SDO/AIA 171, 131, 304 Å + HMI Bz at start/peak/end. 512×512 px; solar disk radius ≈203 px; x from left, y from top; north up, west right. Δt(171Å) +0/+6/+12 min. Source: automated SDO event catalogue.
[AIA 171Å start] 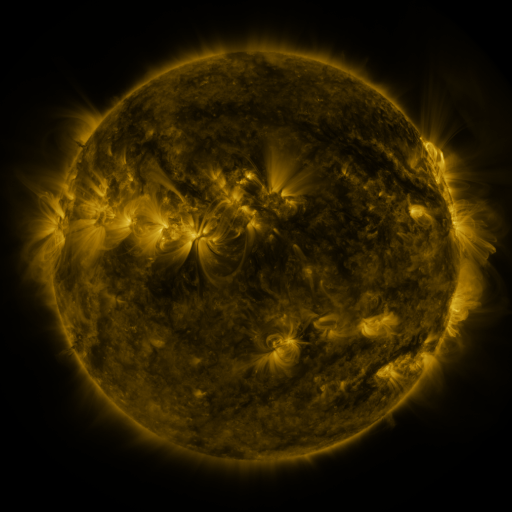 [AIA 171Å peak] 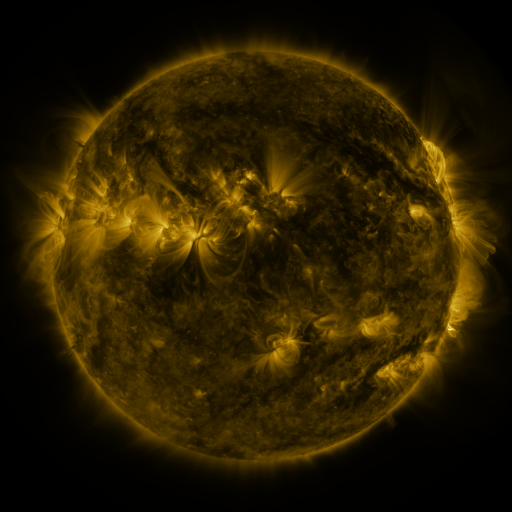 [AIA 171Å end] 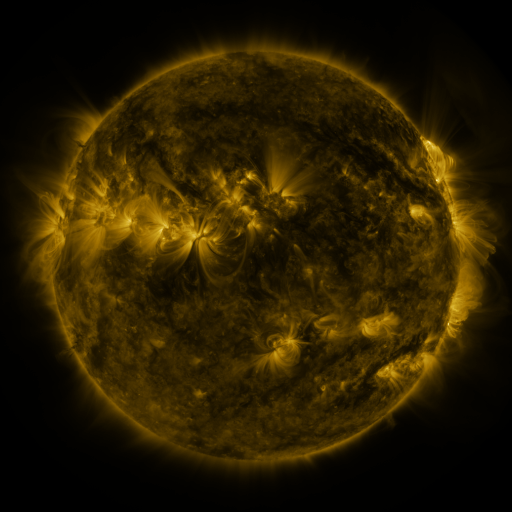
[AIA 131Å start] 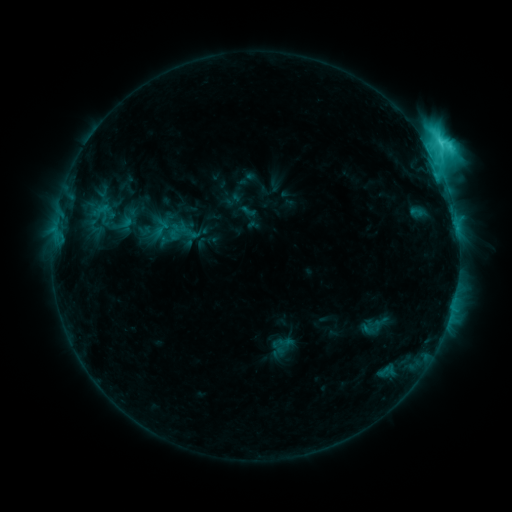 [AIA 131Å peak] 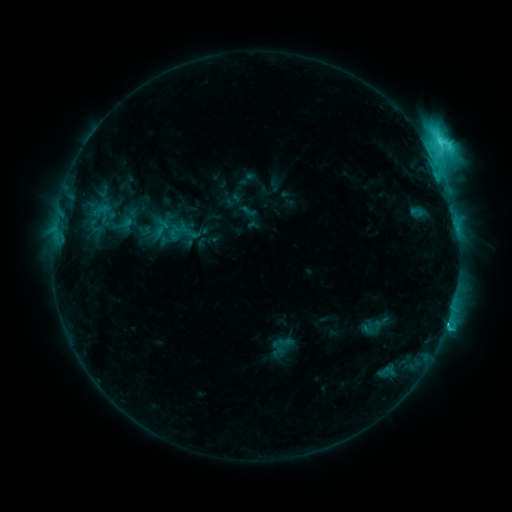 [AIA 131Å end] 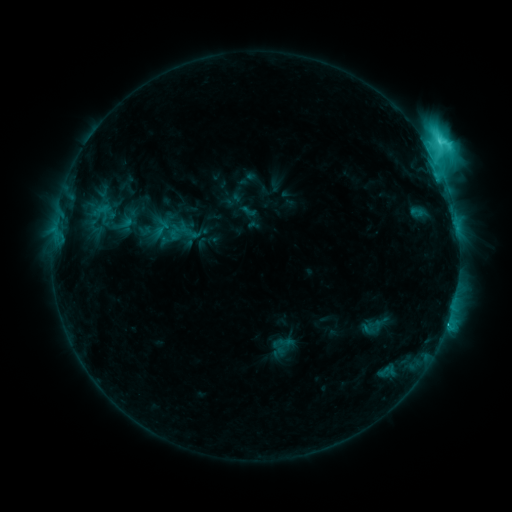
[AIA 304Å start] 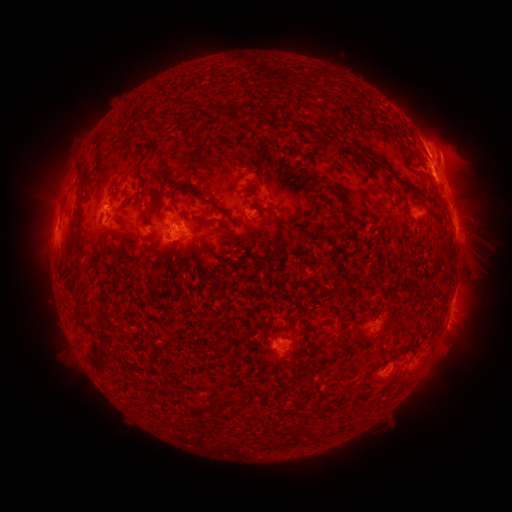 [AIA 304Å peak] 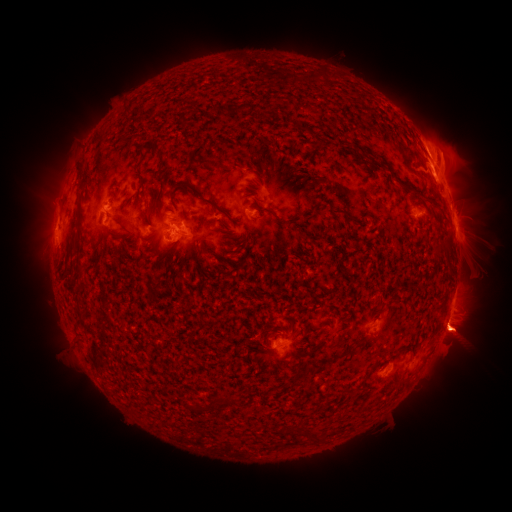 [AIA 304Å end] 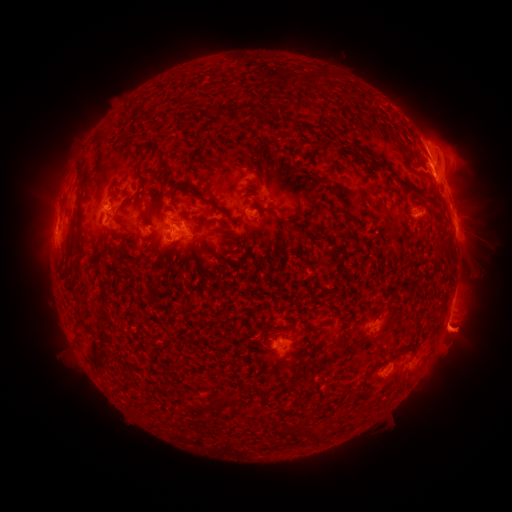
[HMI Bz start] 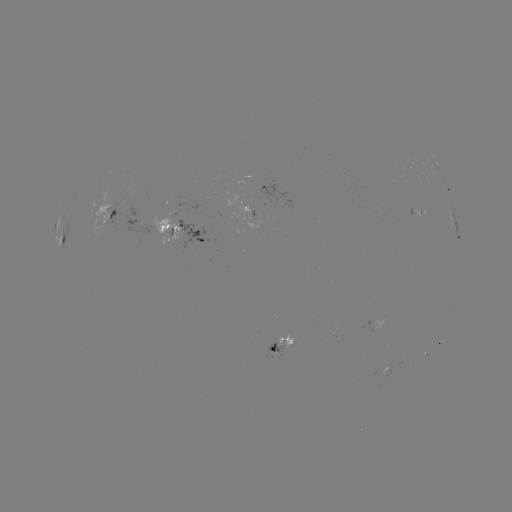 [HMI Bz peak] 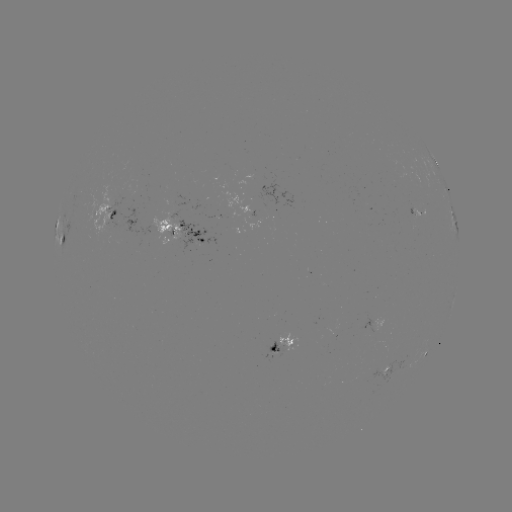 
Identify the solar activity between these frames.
eruption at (461, 330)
